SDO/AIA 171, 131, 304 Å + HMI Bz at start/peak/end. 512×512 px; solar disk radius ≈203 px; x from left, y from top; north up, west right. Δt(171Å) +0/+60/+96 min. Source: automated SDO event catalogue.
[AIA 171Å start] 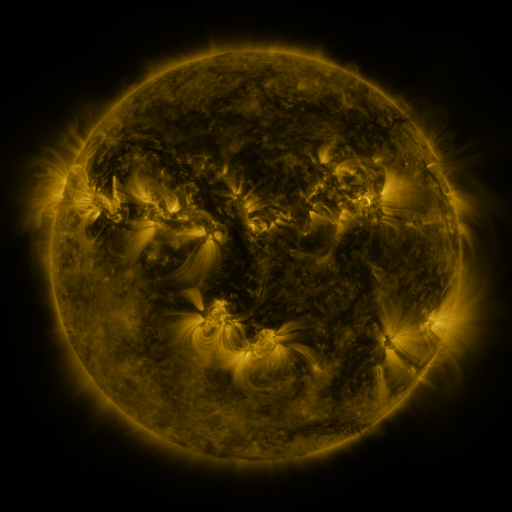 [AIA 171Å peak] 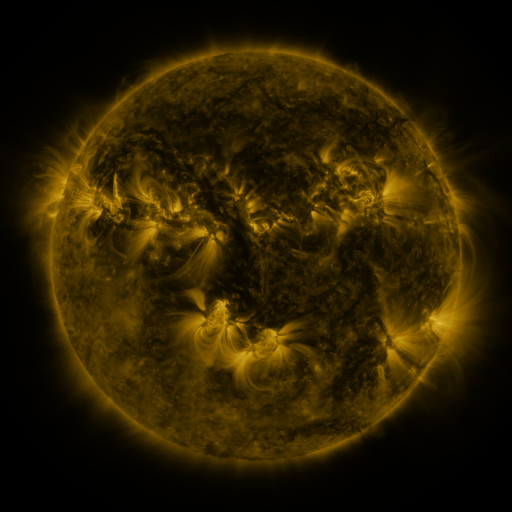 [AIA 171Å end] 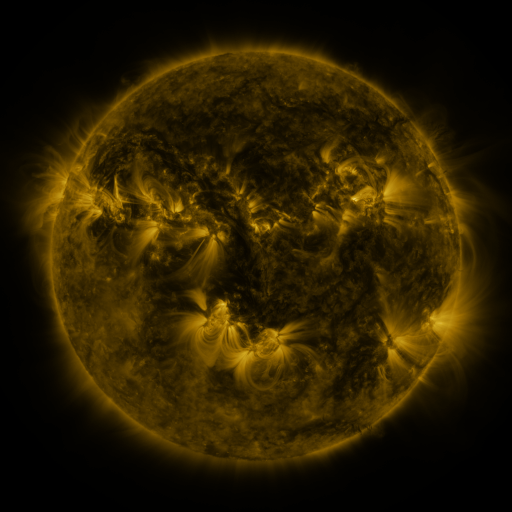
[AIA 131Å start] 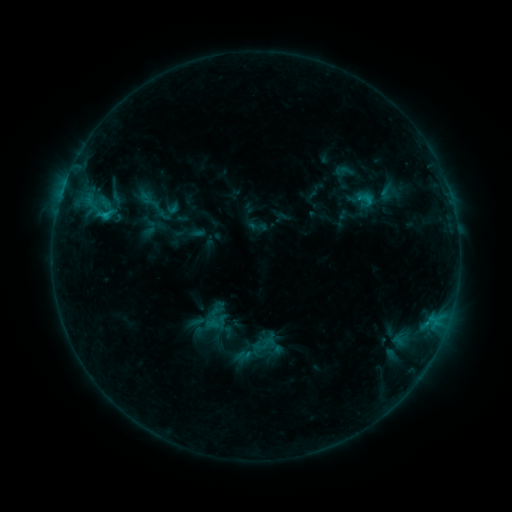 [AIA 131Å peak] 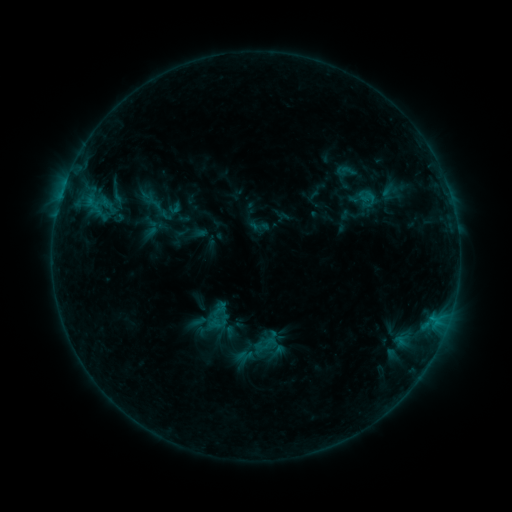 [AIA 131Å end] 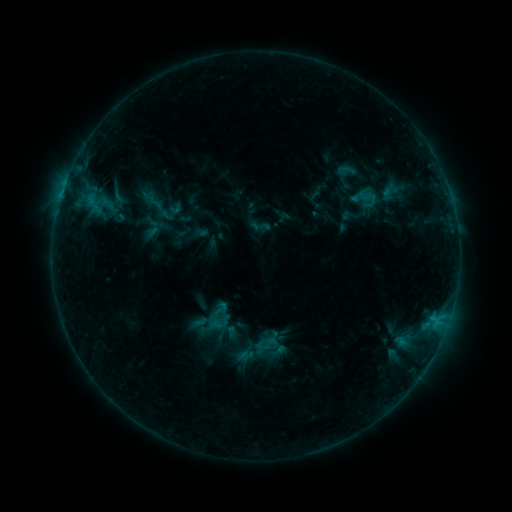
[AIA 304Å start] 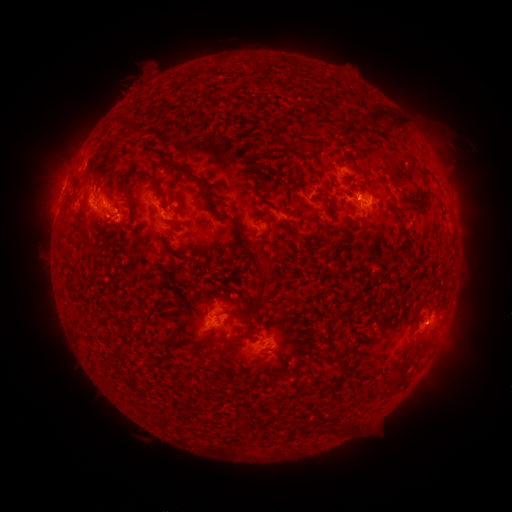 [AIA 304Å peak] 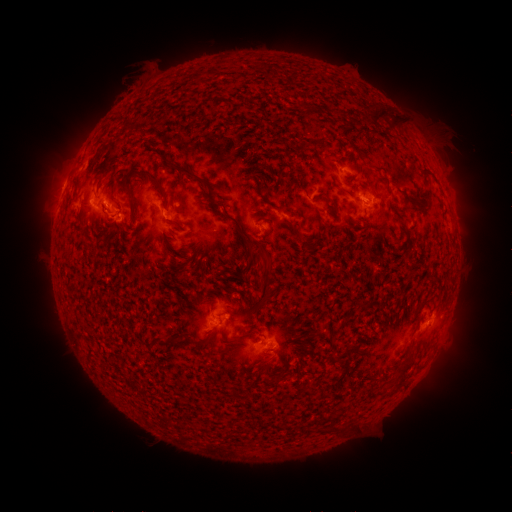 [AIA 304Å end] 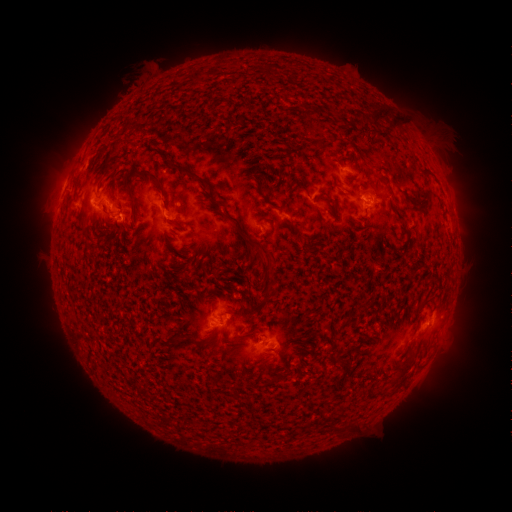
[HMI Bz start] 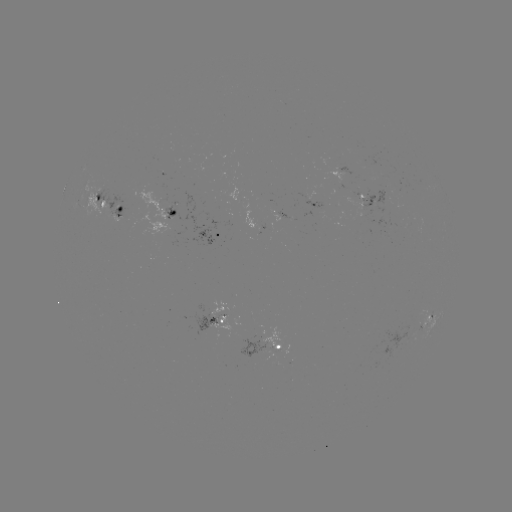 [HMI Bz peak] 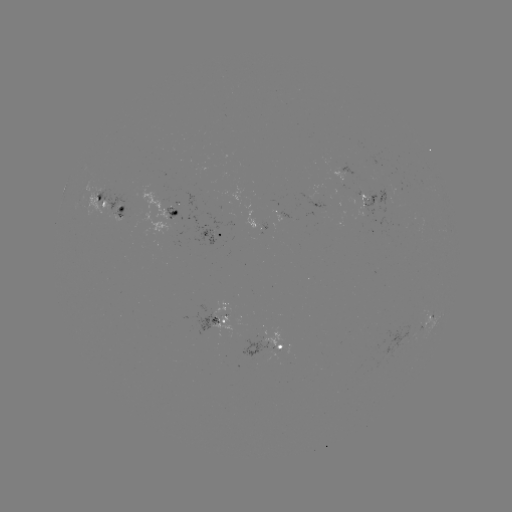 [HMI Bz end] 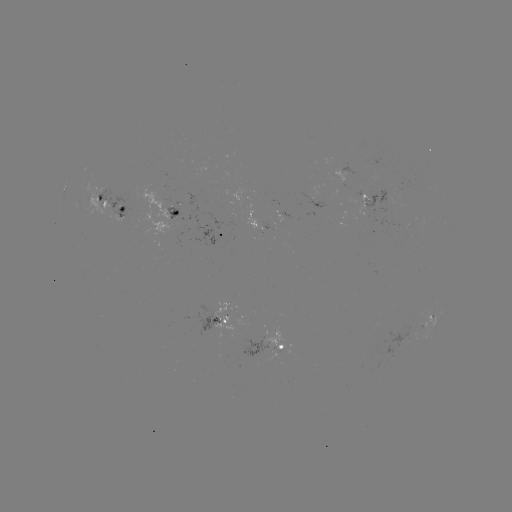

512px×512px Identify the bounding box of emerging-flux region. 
[99, 188, 129, 222].